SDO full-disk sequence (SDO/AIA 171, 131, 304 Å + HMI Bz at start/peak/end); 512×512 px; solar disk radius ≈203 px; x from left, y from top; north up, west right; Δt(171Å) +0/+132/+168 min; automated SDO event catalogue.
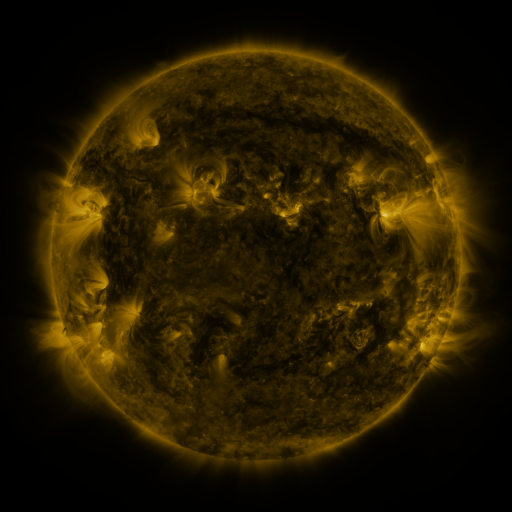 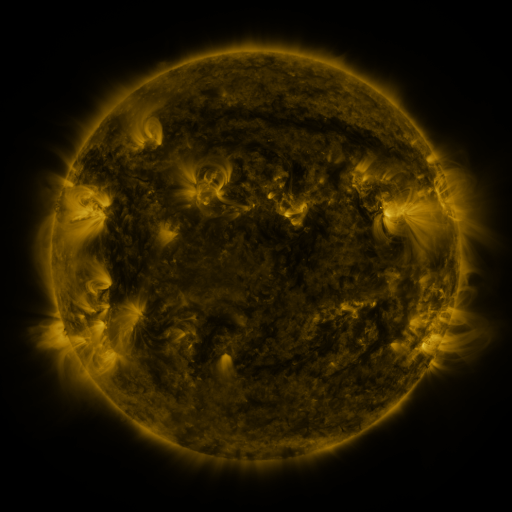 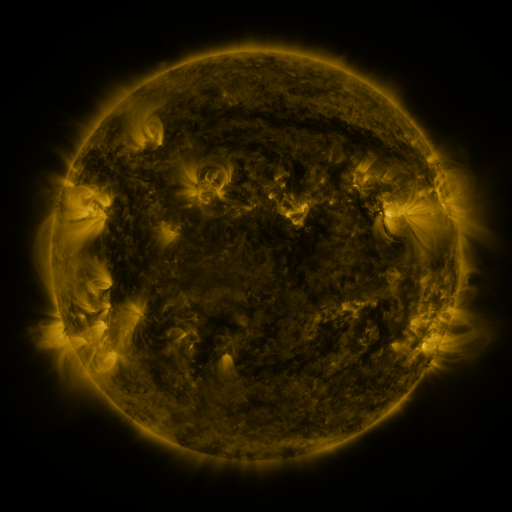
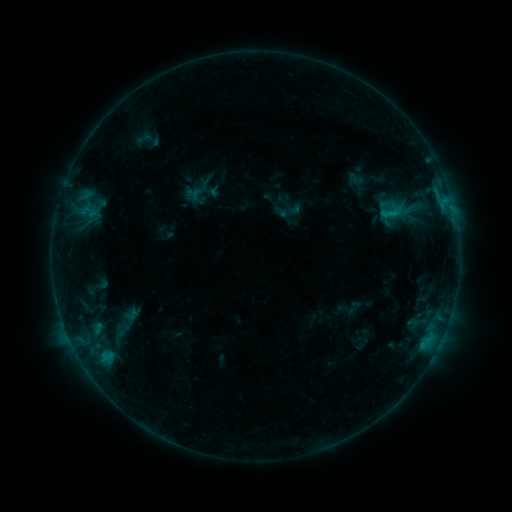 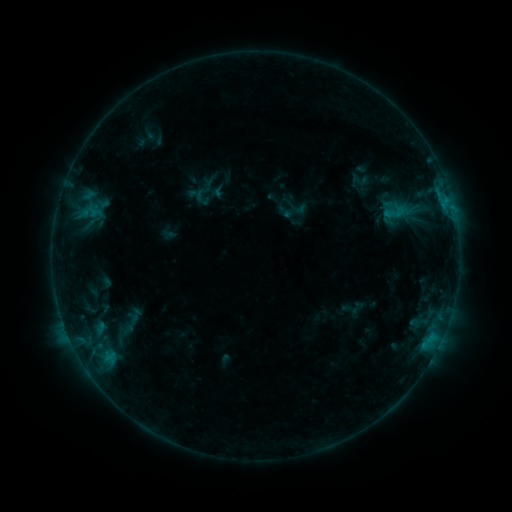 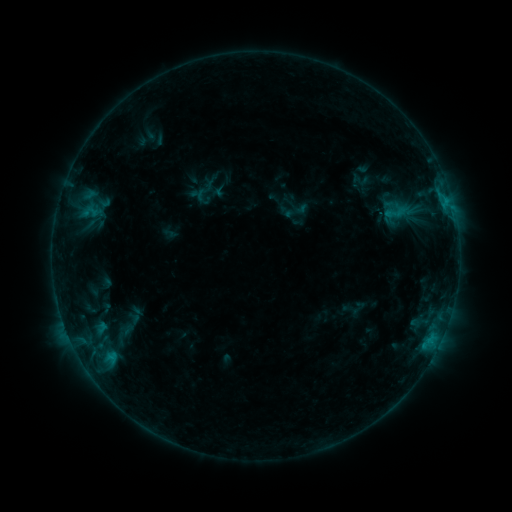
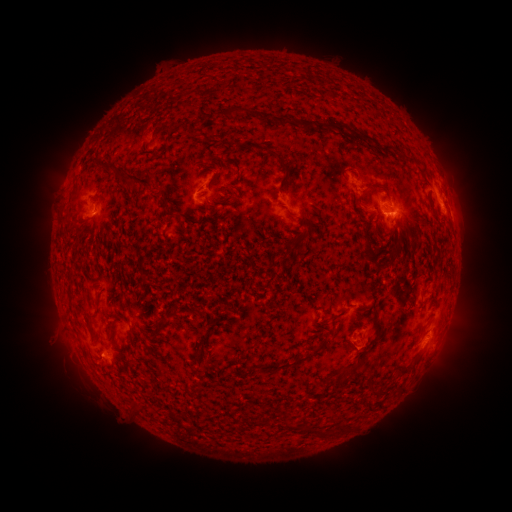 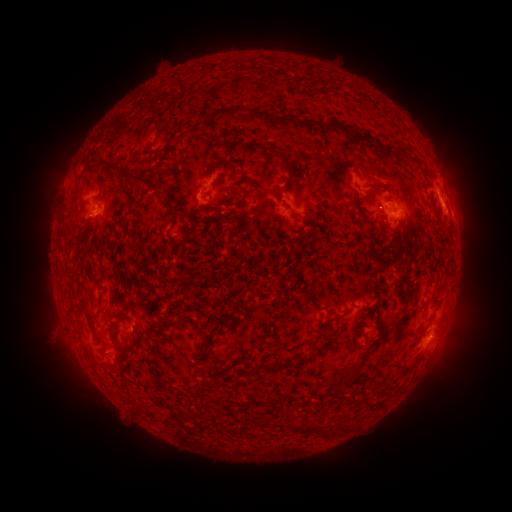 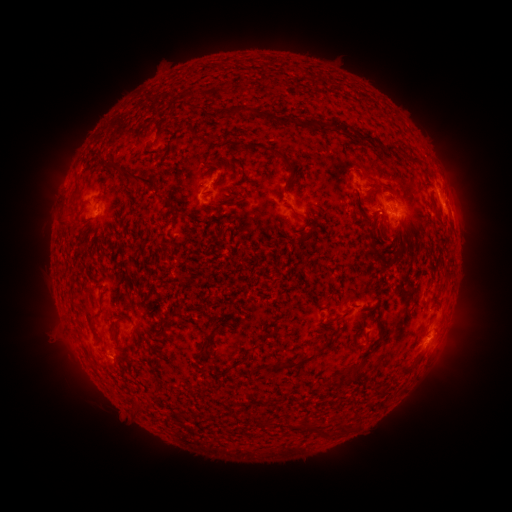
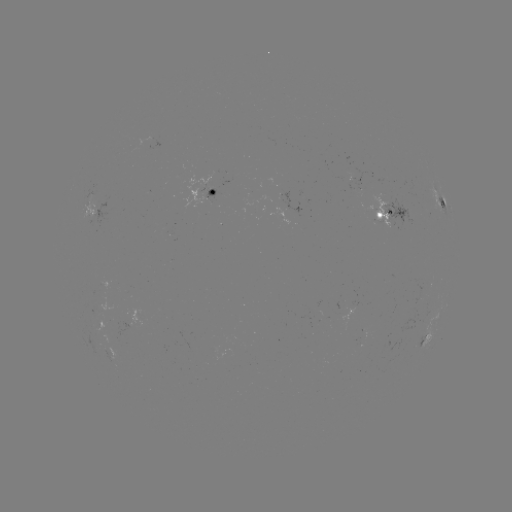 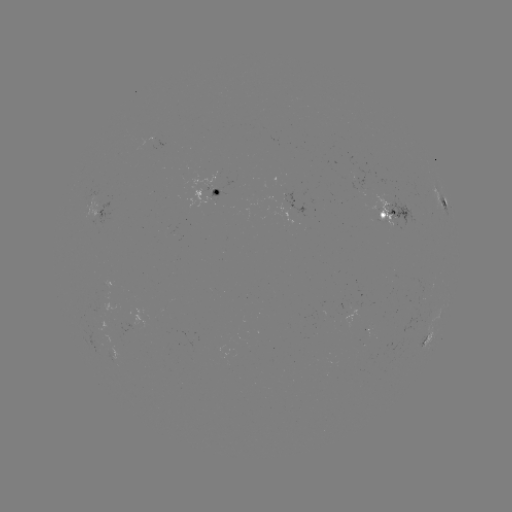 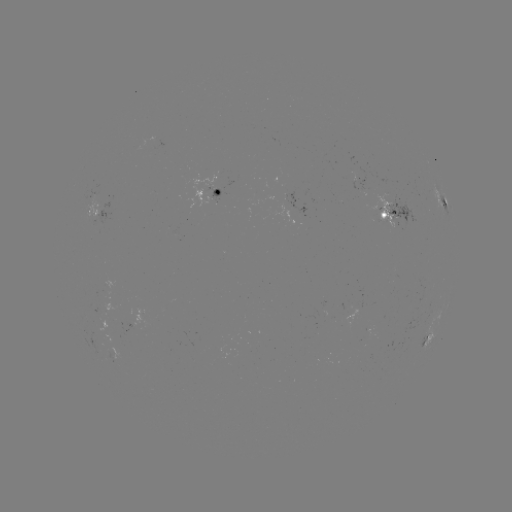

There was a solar emerging-flux region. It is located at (105, 284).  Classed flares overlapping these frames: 3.